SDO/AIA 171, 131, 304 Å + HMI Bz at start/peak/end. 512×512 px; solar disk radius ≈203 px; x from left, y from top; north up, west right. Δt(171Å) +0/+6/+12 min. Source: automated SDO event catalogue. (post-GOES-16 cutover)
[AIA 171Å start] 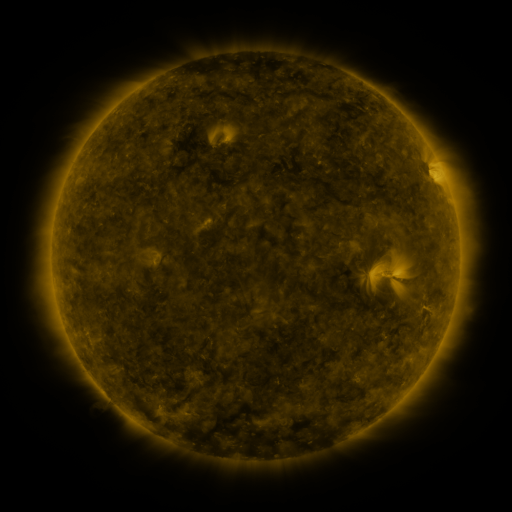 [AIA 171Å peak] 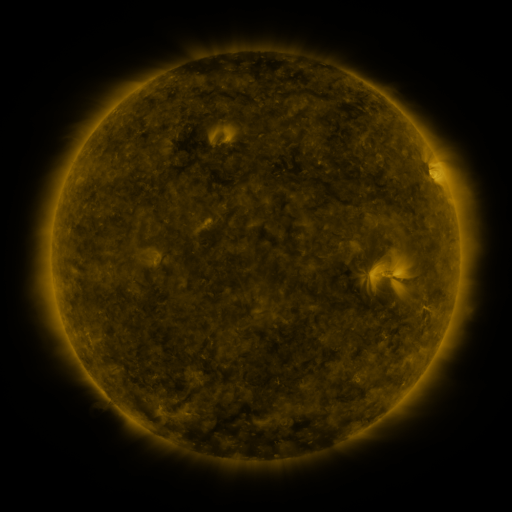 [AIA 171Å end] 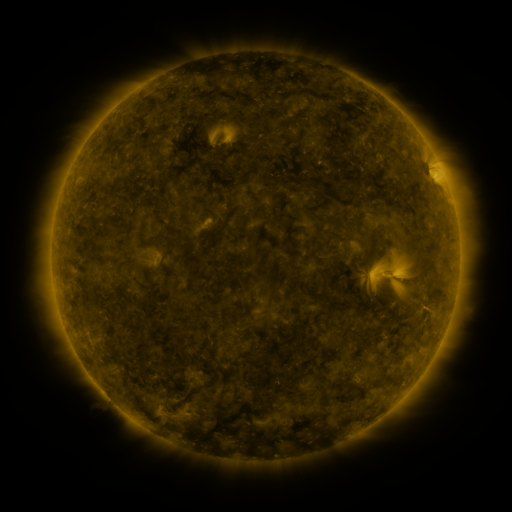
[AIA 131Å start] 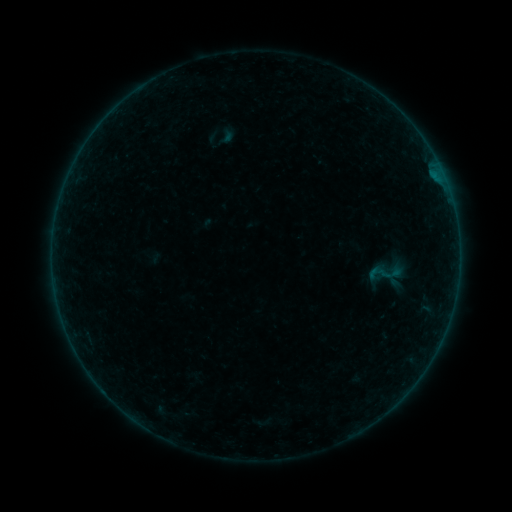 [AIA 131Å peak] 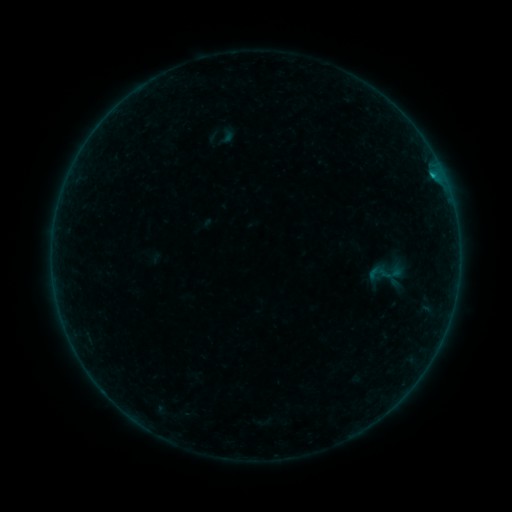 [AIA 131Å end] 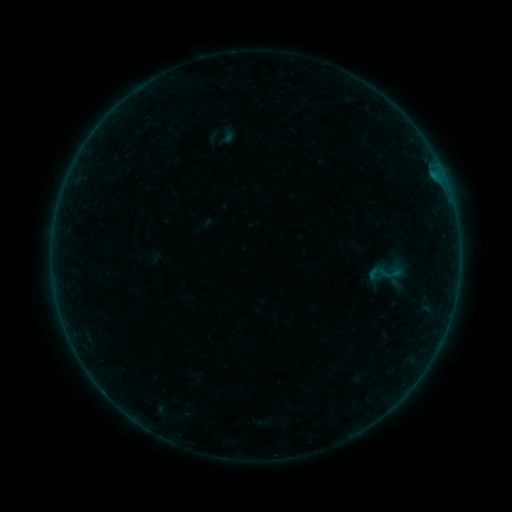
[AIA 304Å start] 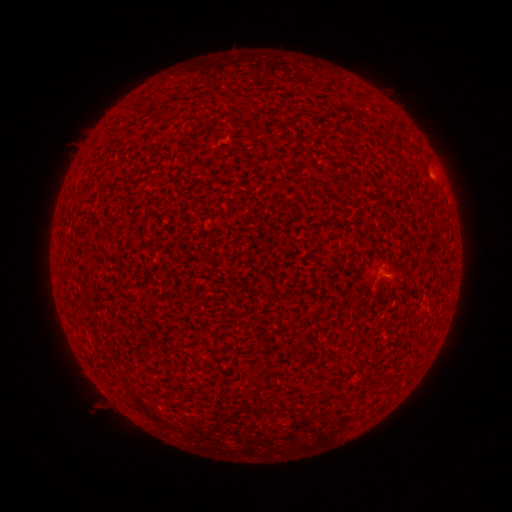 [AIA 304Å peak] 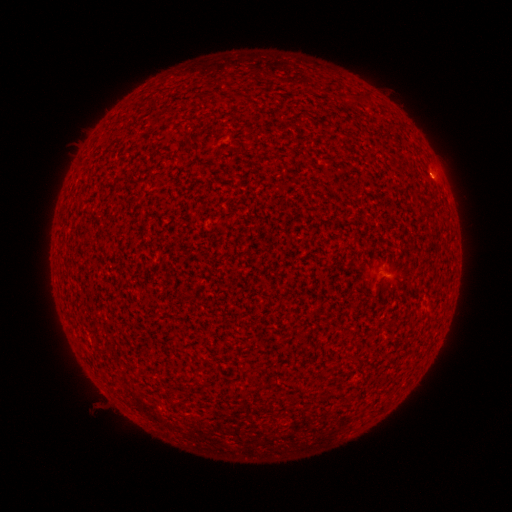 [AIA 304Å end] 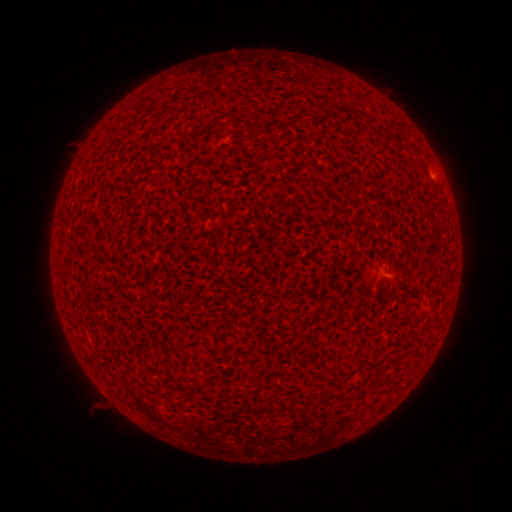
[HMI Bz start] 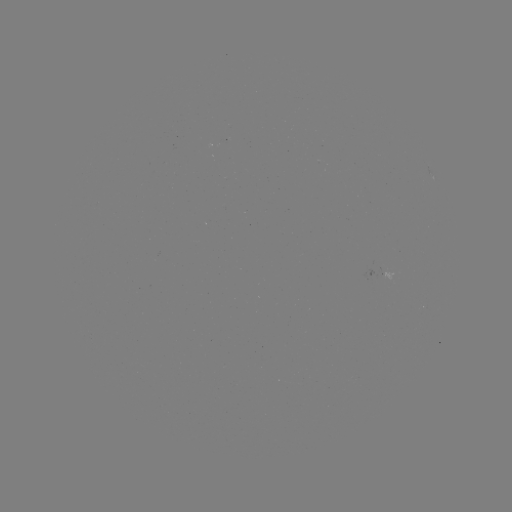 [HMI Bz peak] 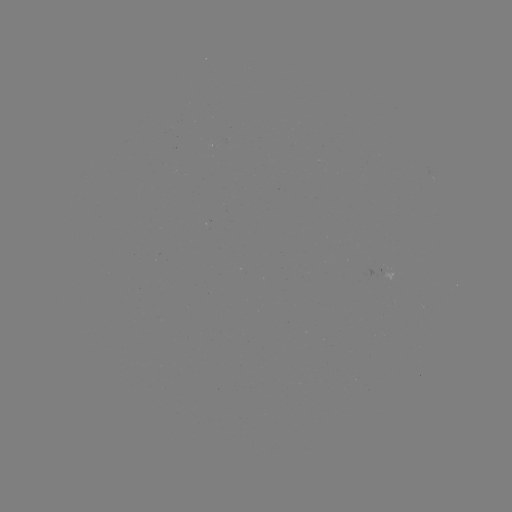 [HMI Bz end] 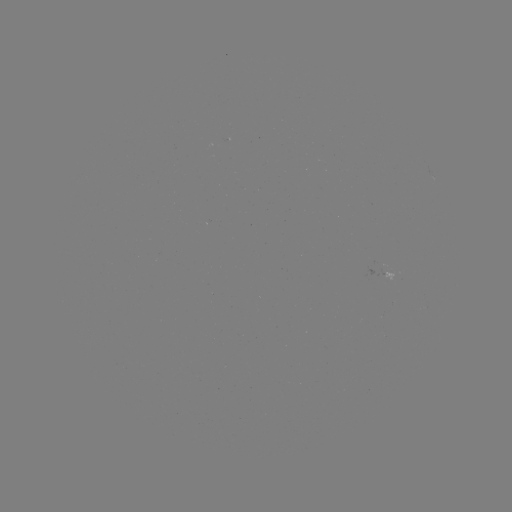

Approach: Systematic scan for B2.6 flare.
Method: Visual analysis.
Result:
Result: B2.6 flare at (433, 178).